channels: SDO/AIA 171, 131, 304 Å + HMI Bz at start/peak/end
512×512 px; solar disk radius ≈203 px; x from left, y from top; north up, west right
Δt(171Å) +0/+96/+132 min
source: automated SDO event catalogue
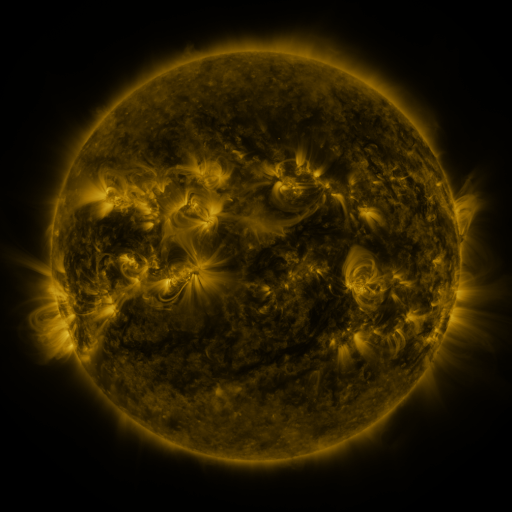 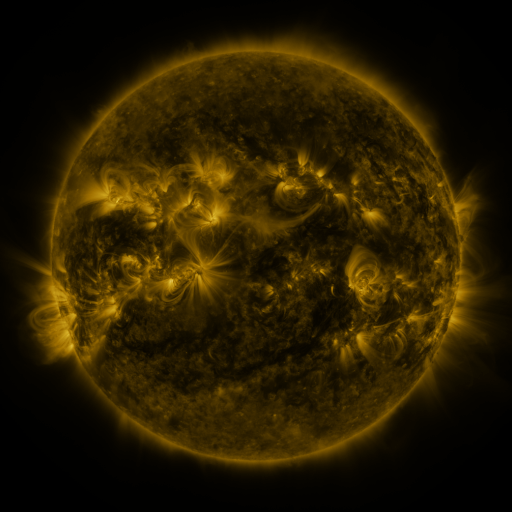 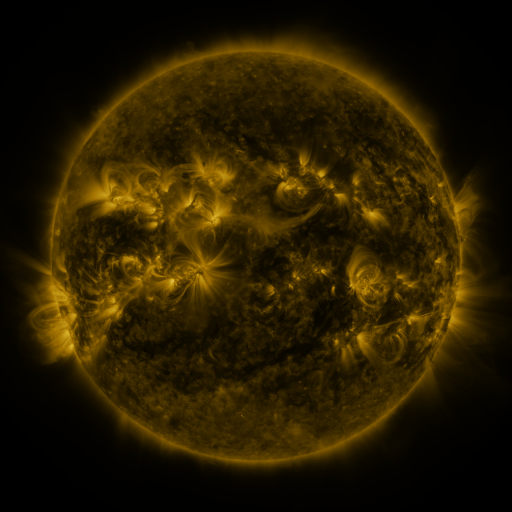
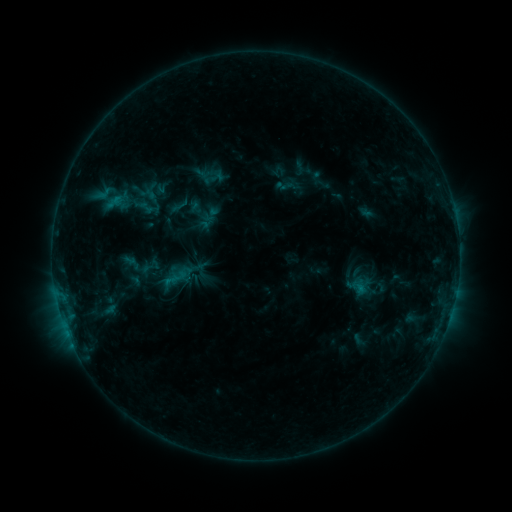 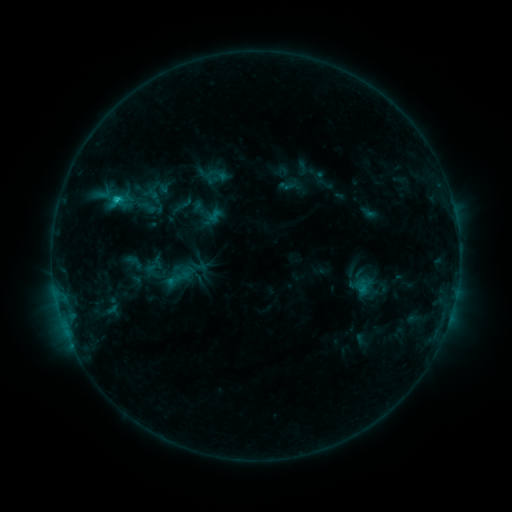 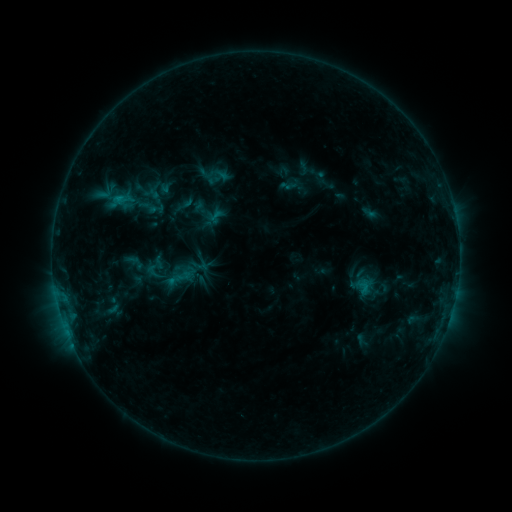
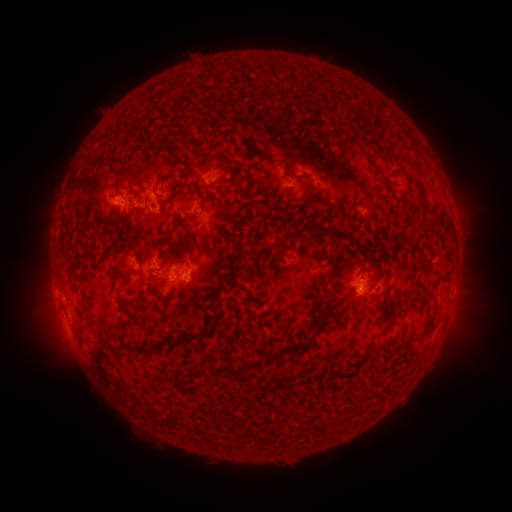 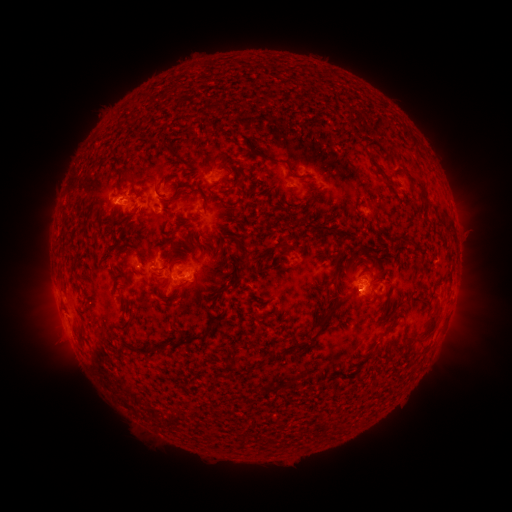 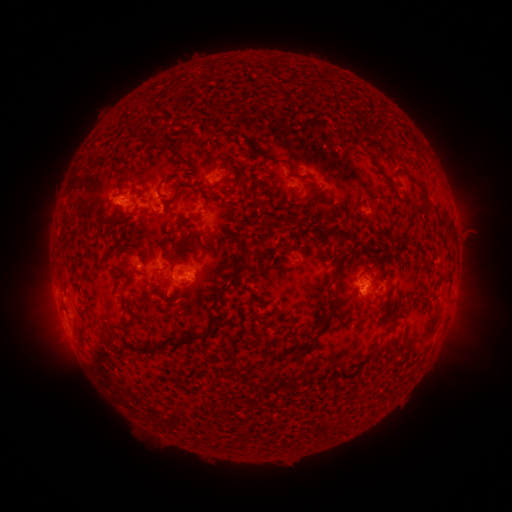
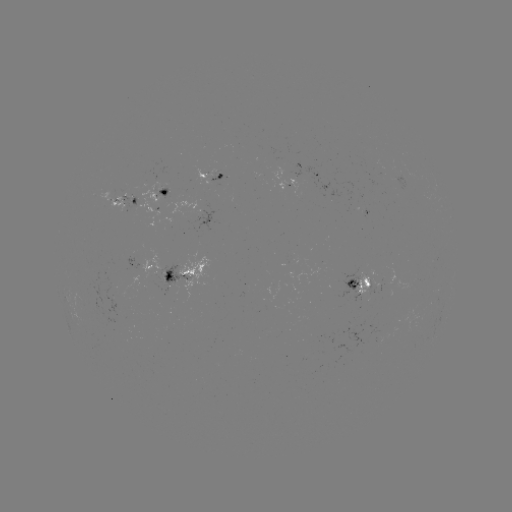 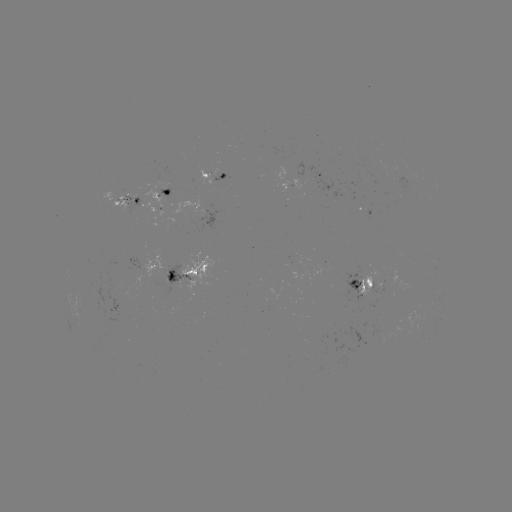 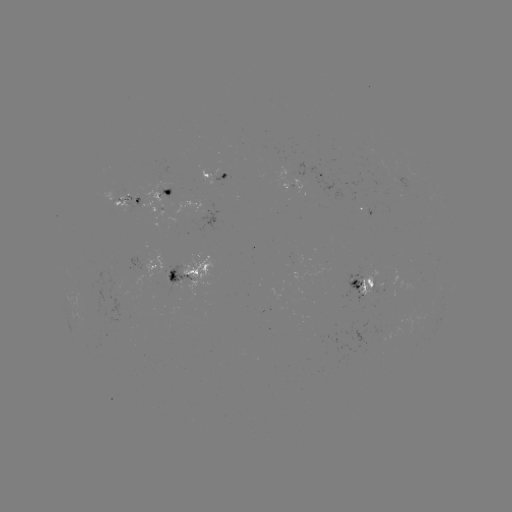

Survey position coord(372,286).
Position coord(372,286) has emerging-flux region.